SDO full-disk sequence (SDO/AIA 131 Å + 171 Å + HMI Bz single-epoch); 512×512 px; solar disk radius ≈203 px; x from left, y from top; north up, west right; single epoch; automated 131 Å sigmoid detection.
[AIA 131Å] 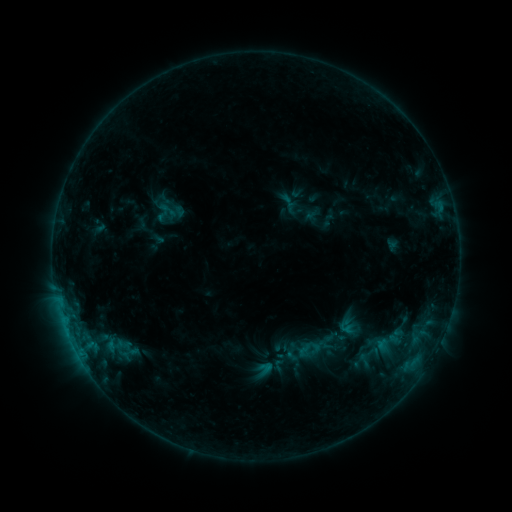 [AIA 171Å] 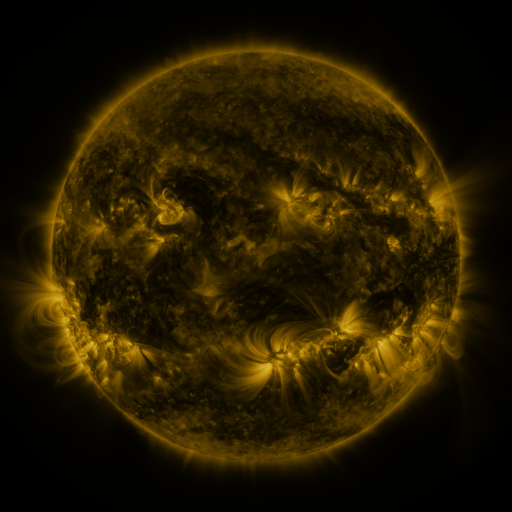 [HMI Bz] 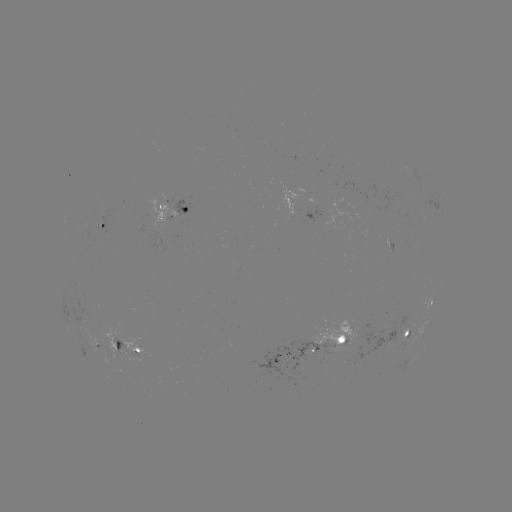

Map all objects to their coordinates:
sigmoid: (170, 211)
sigmoid: (388, 343)
